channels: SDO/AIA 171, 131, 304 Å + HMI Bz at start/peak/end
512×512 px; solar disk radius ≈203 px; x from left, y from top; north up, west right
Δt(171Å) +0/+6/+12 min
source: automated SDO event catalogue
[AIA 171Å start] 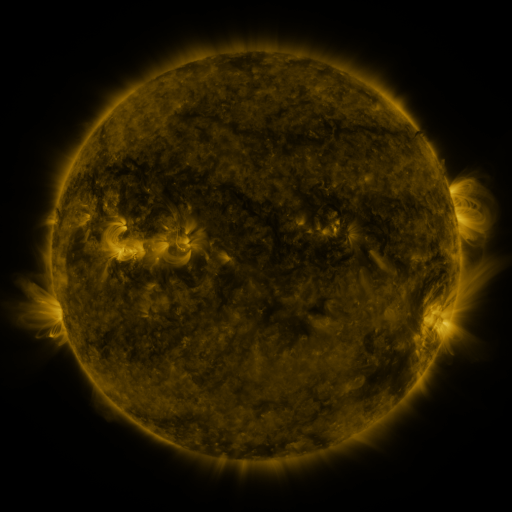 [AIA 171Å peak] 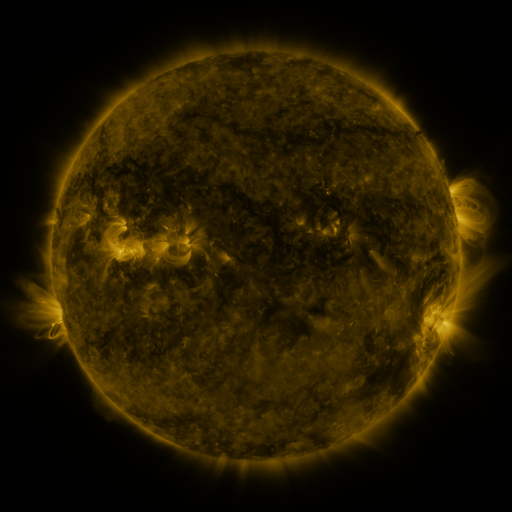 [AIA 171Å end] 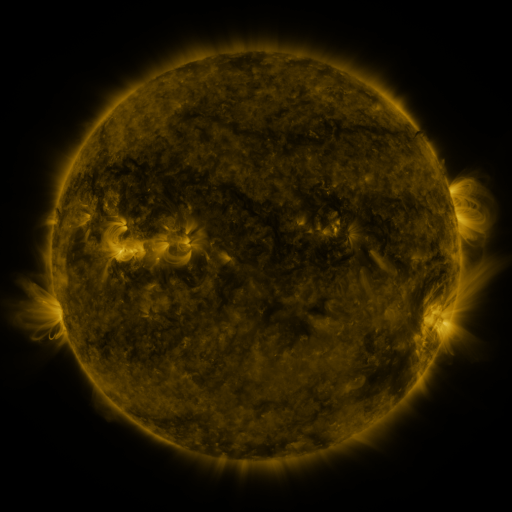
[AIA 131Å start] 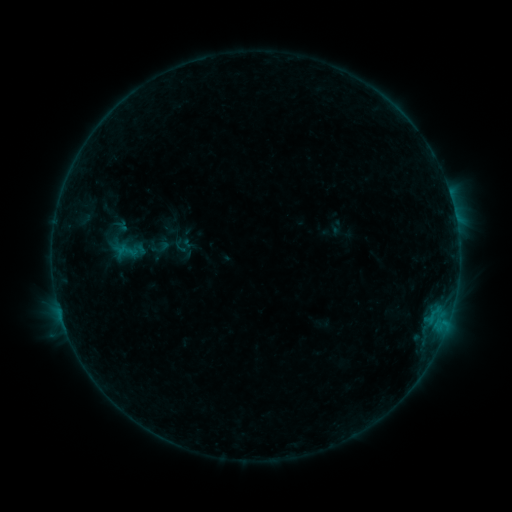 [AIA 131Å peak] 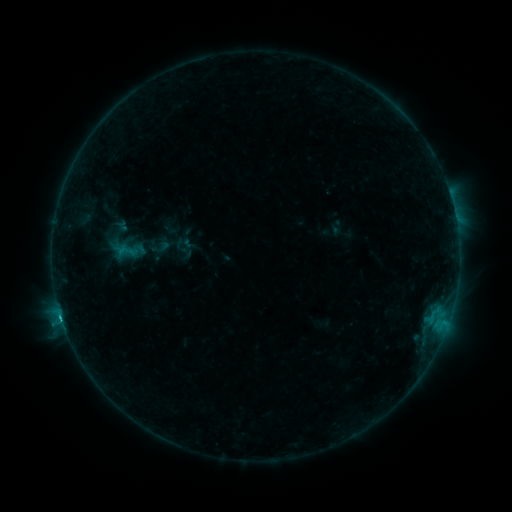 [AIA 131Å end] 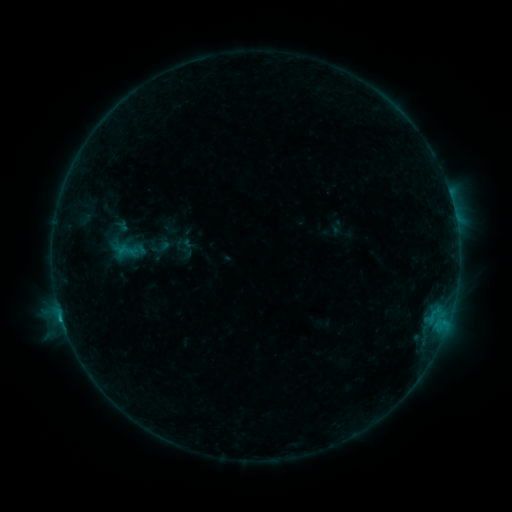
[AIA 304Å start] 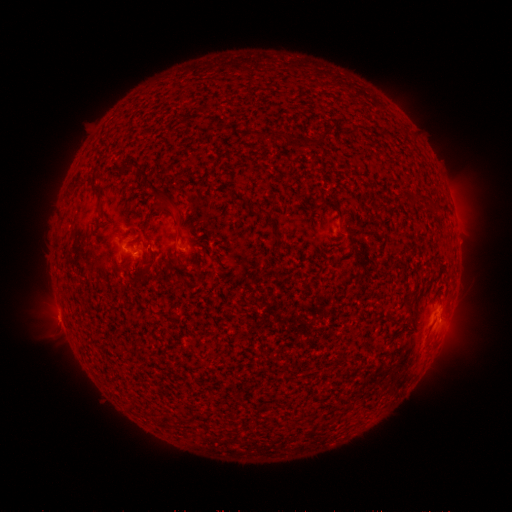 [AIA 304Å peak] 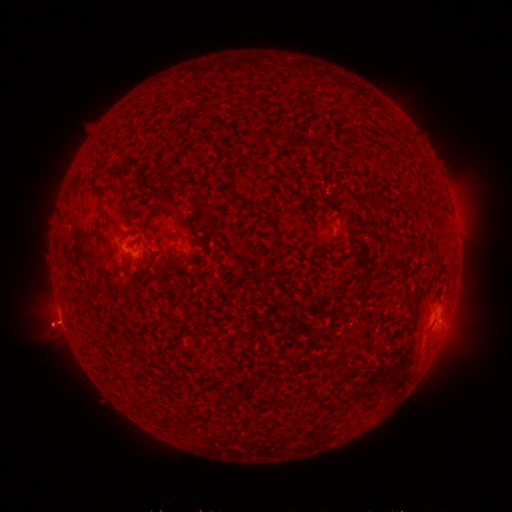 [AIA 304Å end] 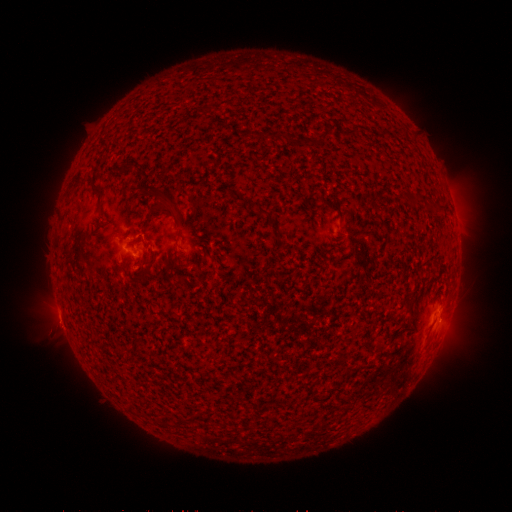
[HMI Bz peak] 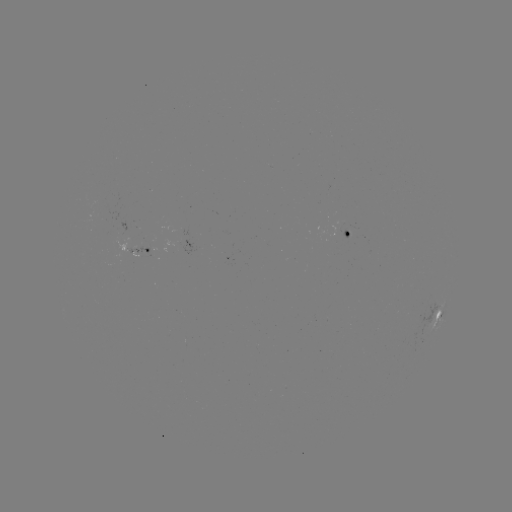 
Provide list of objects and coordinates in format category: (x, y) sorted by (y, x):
eruption: (56, 325)
